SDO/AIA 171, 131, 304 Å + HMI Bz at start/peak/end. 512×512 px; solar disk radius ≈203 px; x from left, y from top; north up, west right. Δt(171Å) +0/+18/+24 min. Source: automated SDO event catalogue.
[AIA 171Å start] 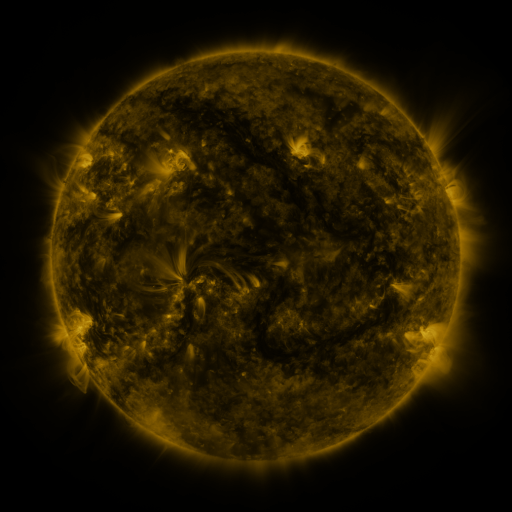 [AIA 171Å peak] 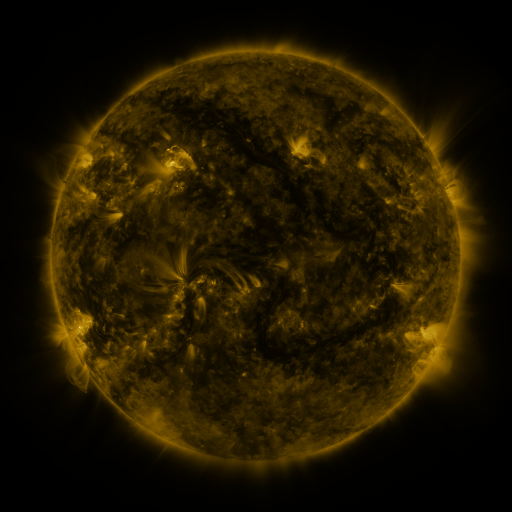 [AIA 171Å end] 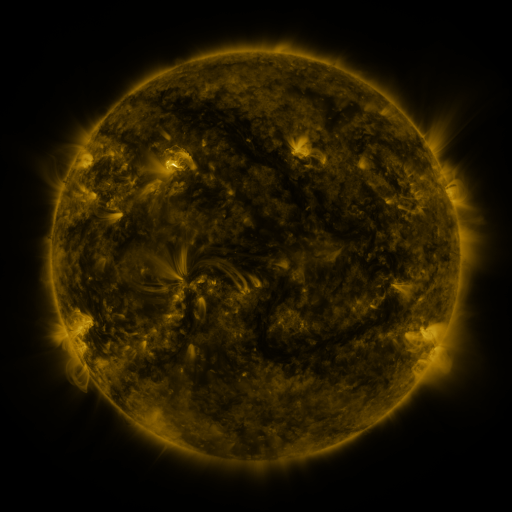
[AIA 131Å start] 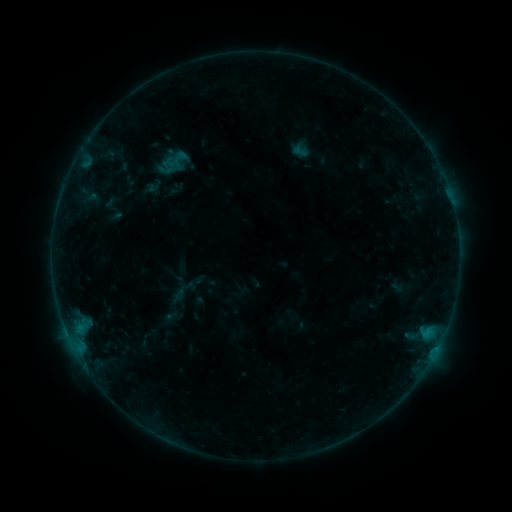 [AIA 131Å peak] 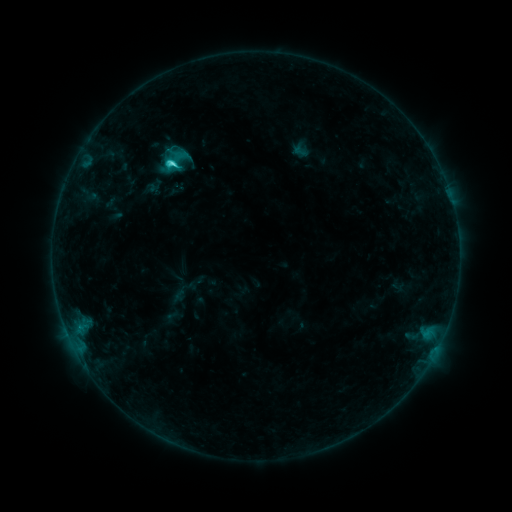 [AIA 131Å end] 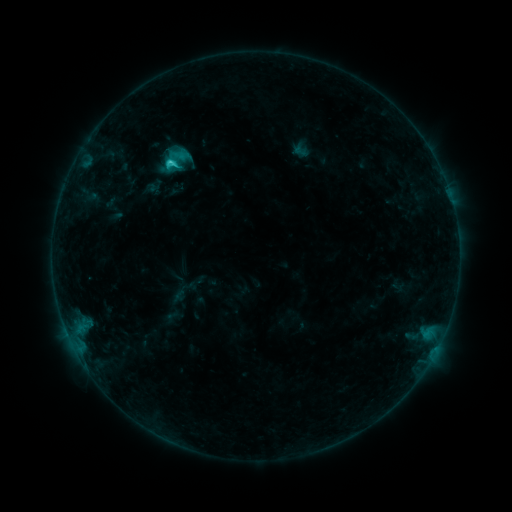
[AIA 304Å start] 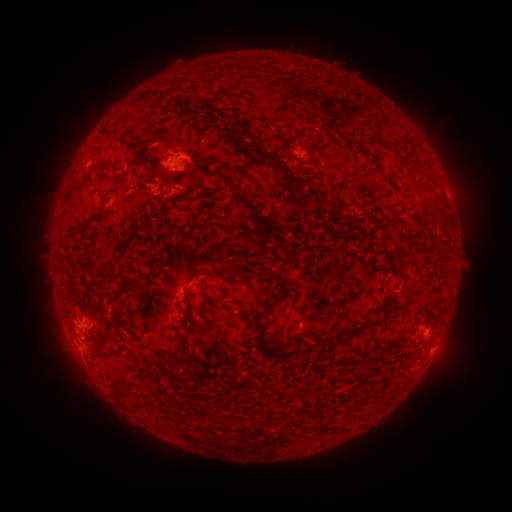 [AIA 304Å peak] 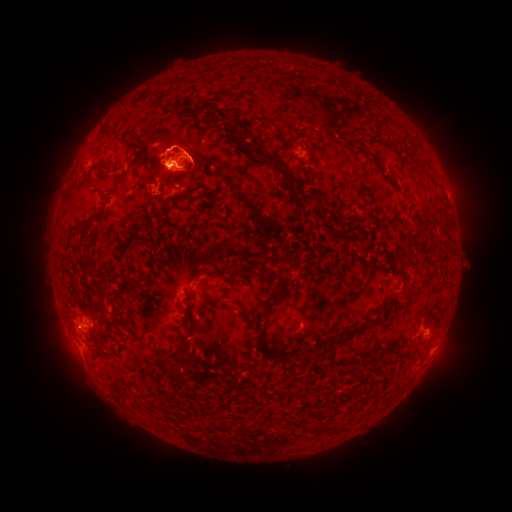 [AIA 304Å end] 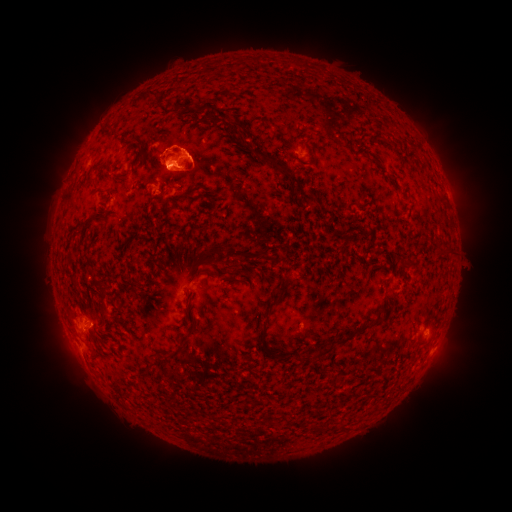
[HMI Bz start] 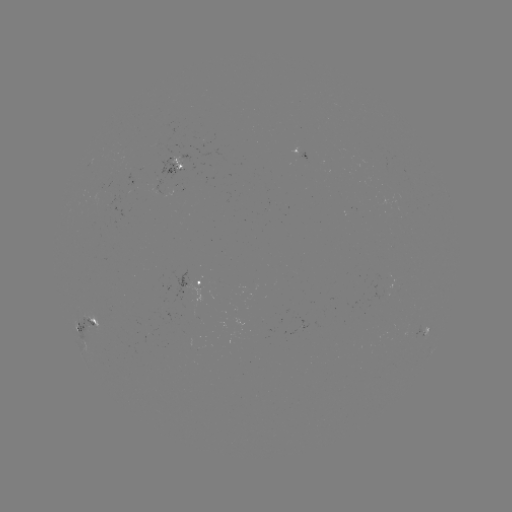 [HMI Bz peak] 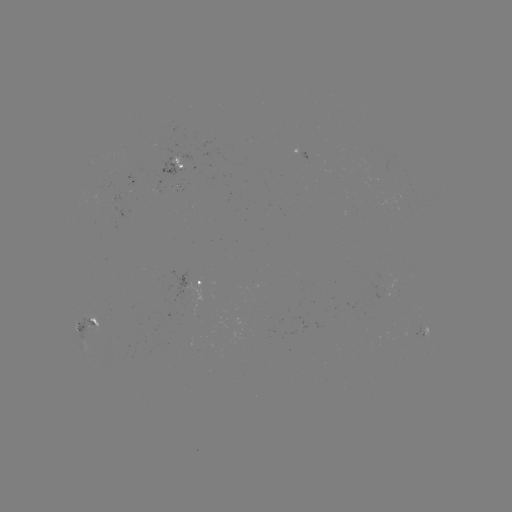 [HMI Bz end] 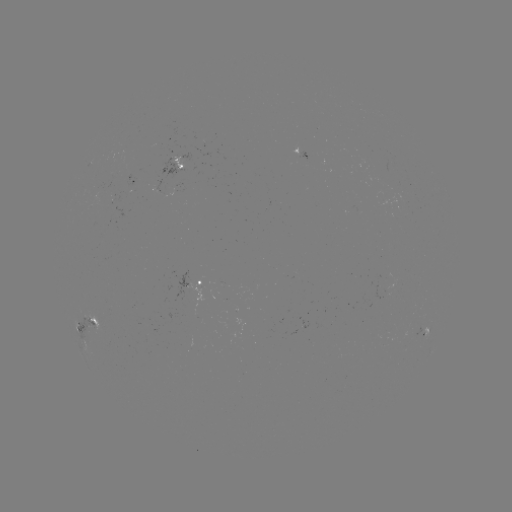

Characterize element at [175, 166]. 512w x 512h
C3.0 flare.